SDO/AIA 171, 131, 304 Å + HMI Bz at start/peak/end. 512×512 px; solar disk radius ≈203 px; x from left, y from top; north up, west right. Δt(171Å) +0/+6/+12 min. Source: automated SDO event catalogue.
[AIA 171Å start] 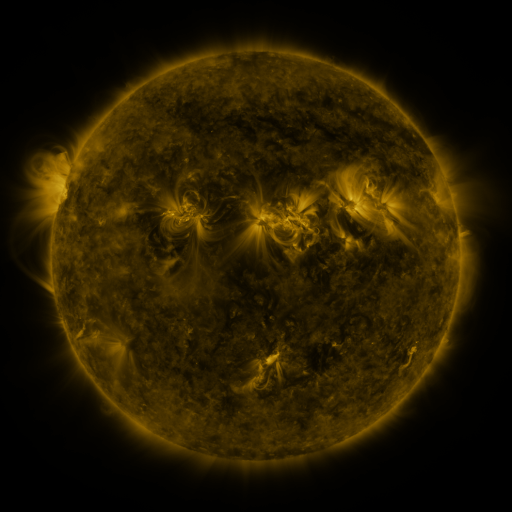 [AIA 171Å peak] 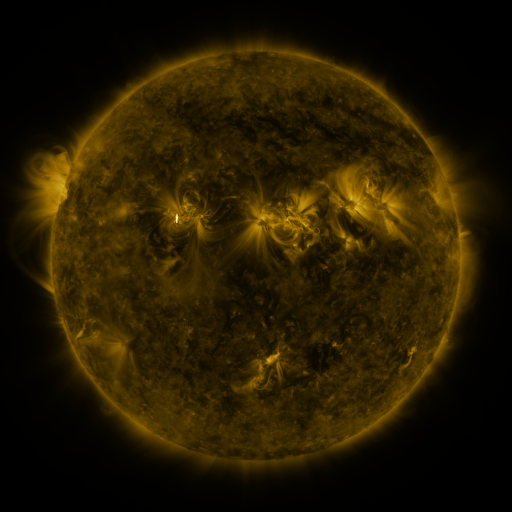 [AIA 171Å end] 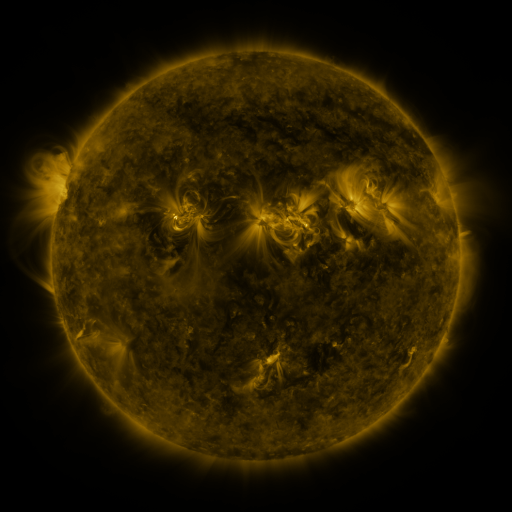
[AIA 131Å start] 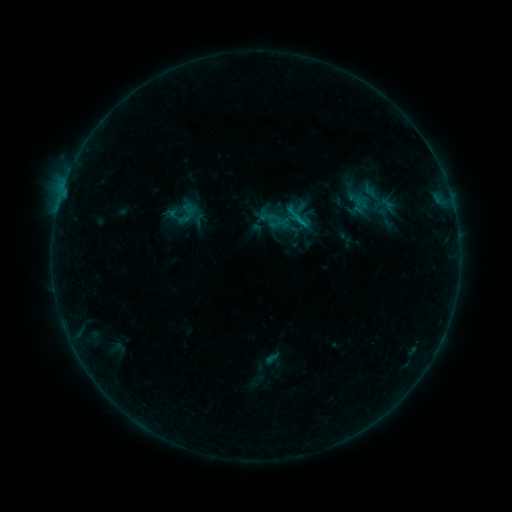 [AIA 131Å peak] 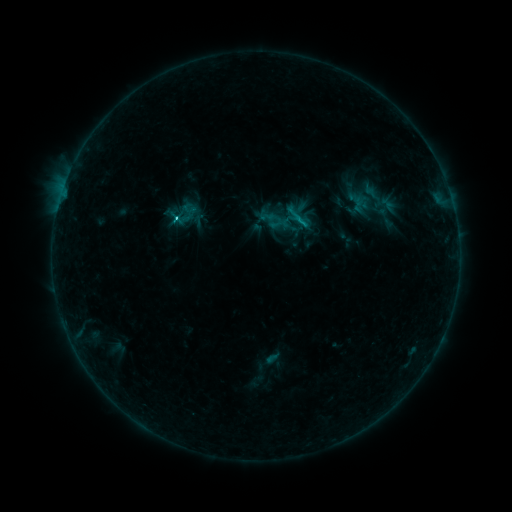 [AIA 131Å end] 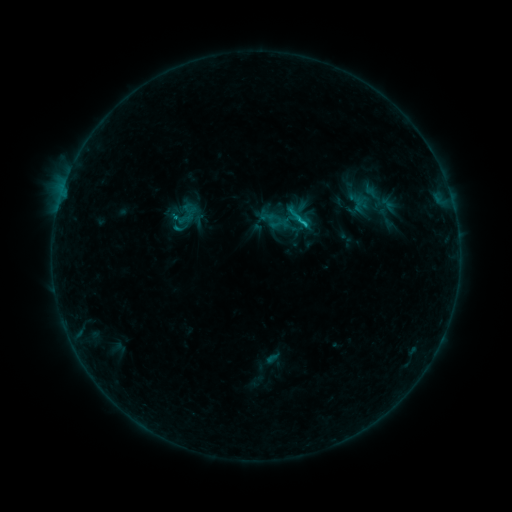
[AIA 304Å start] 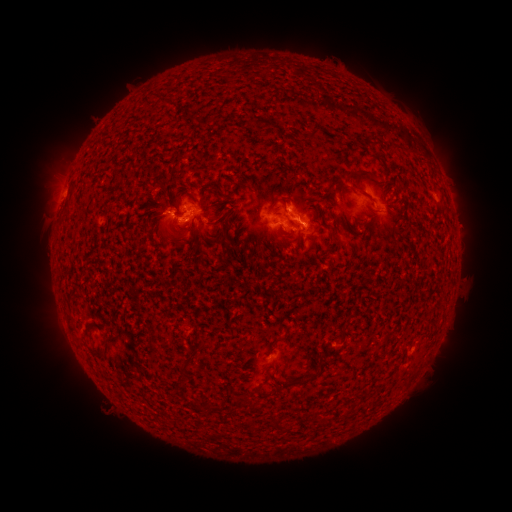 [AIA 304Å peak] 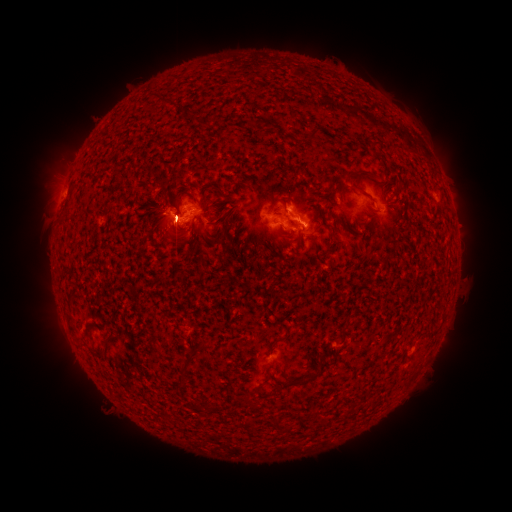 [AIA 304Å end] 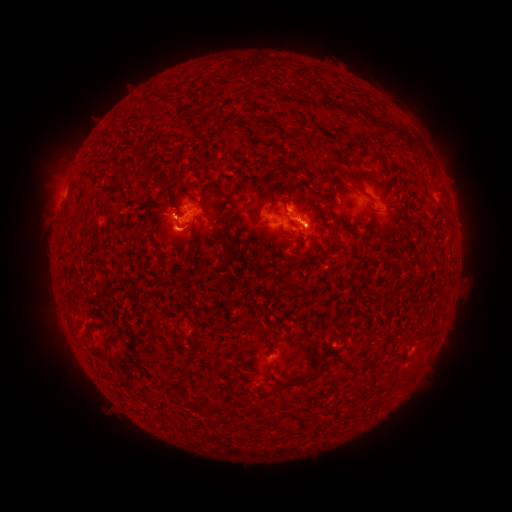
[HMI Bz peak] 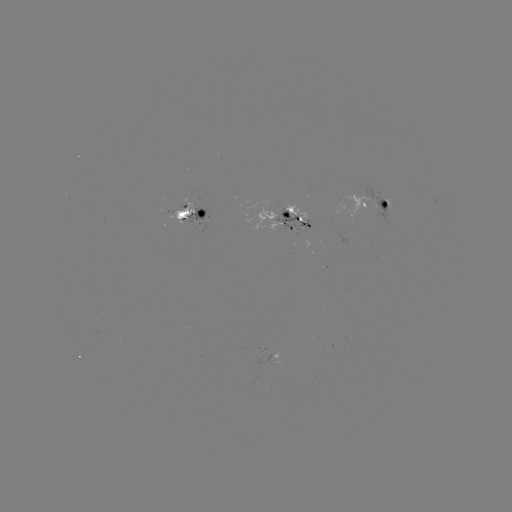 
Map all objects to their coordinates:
C1.2 flare: (303, 226)
